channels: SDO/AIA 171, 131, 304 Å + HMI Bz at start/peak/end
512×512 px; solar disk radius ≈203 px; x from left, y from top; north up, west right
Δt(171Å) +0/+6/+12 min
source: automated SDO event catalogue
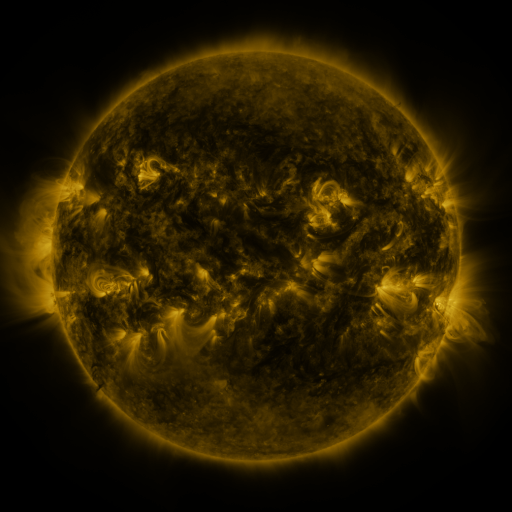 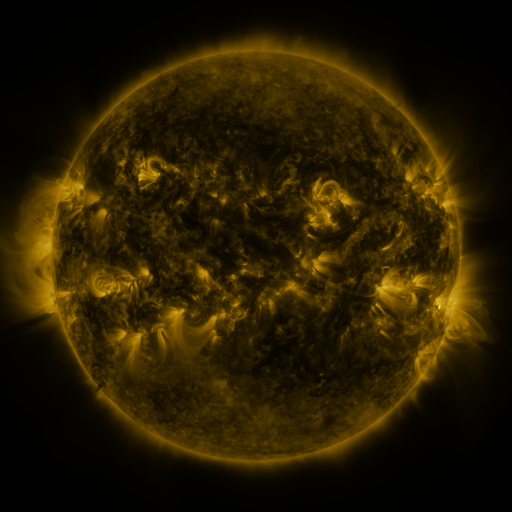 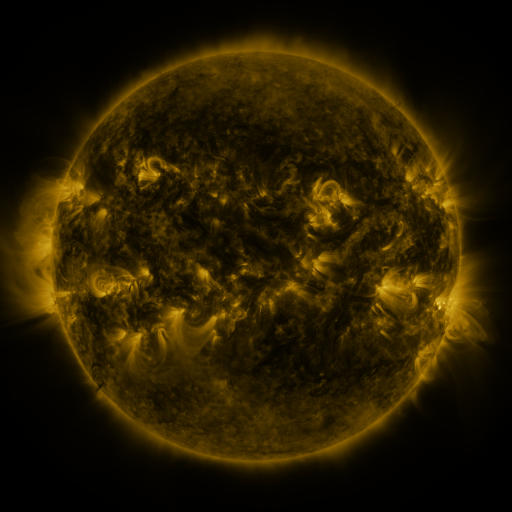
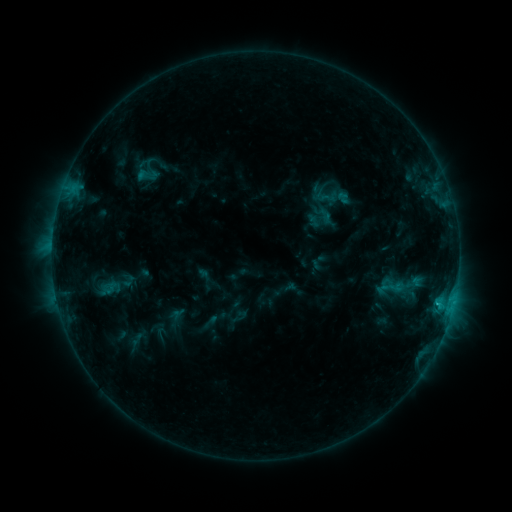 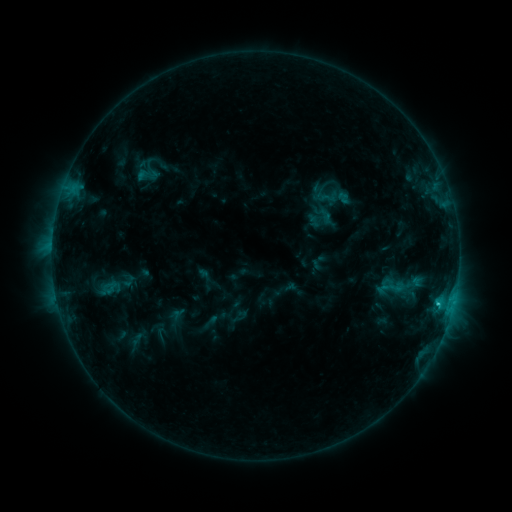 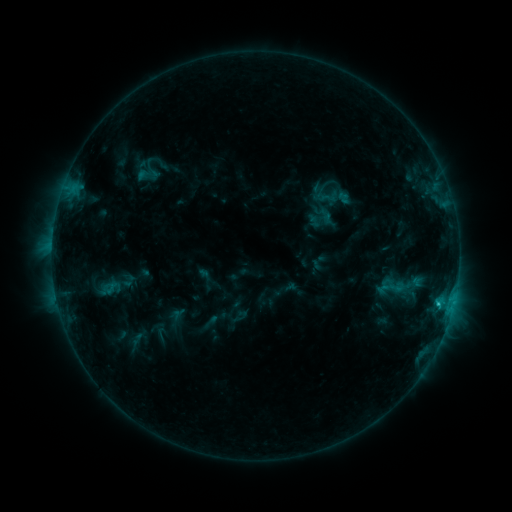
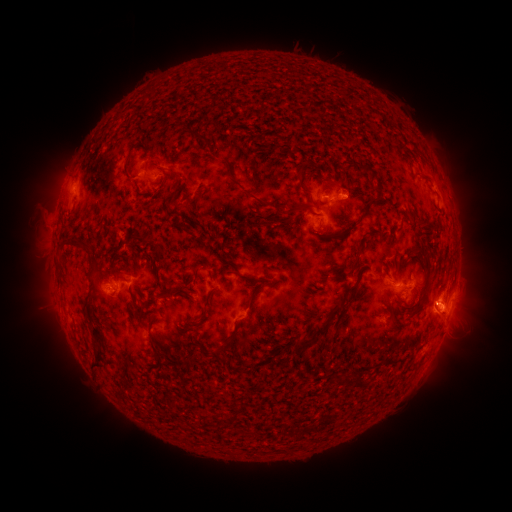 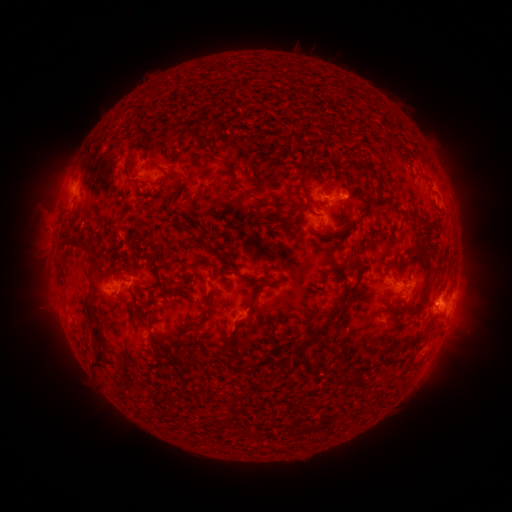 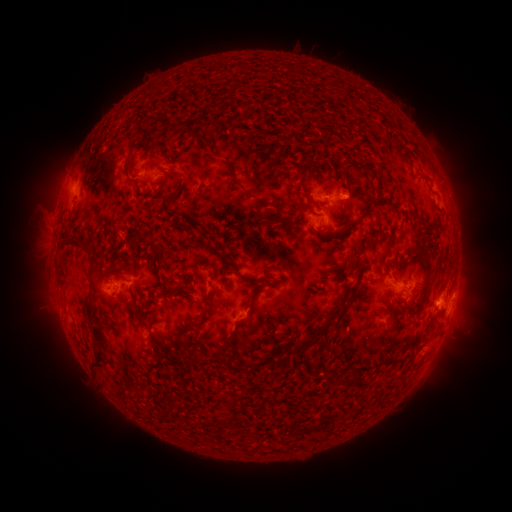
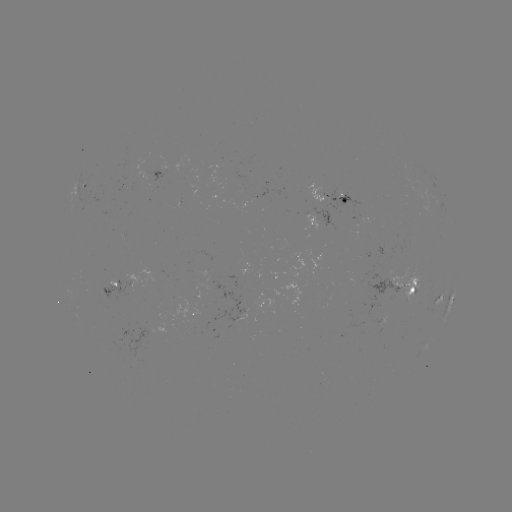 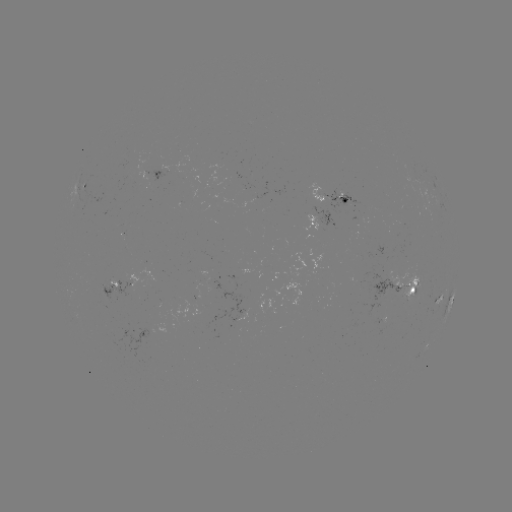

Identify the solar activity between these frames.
C1.0 flare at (437, 303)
